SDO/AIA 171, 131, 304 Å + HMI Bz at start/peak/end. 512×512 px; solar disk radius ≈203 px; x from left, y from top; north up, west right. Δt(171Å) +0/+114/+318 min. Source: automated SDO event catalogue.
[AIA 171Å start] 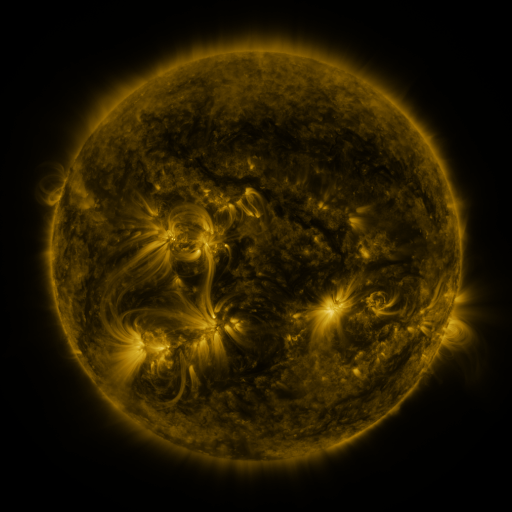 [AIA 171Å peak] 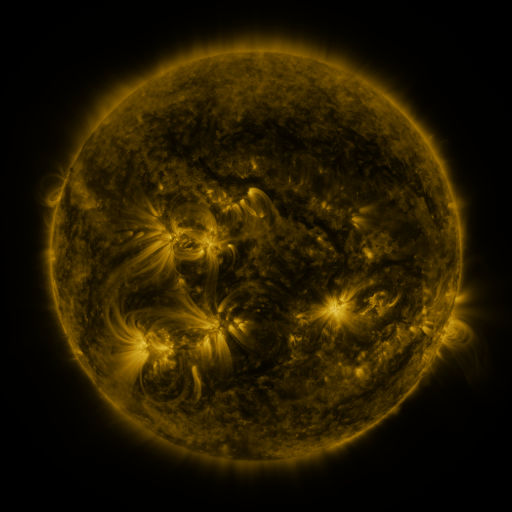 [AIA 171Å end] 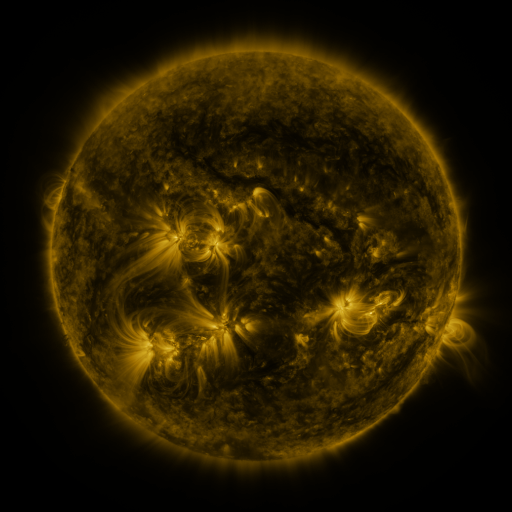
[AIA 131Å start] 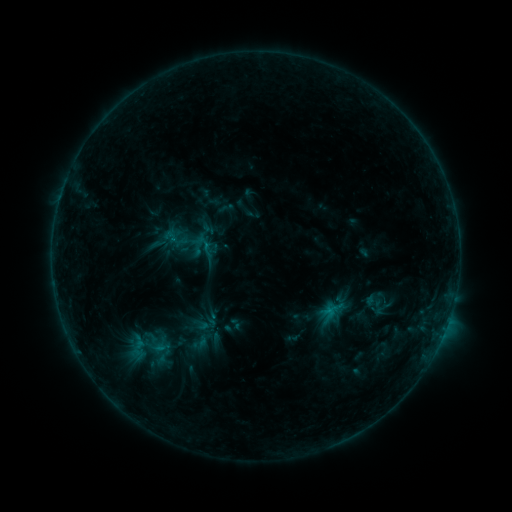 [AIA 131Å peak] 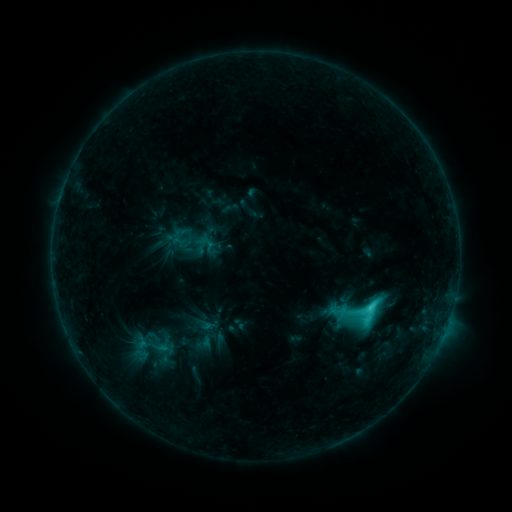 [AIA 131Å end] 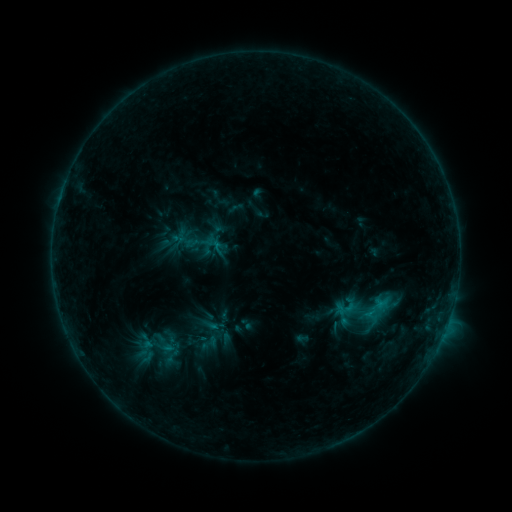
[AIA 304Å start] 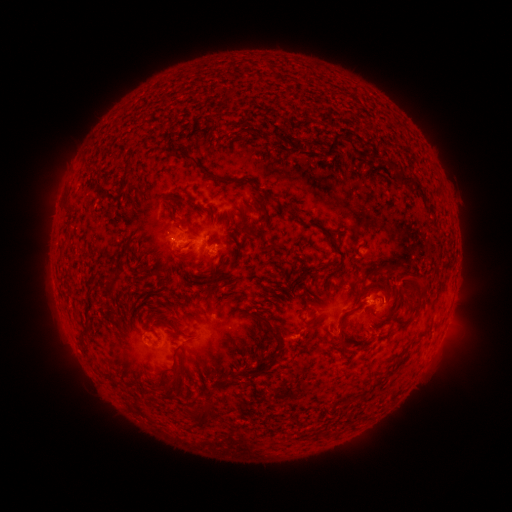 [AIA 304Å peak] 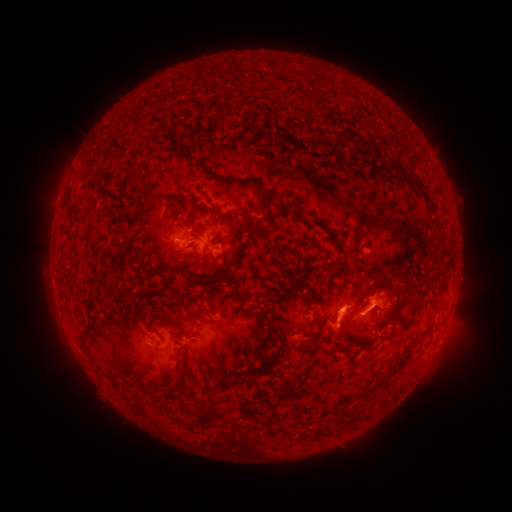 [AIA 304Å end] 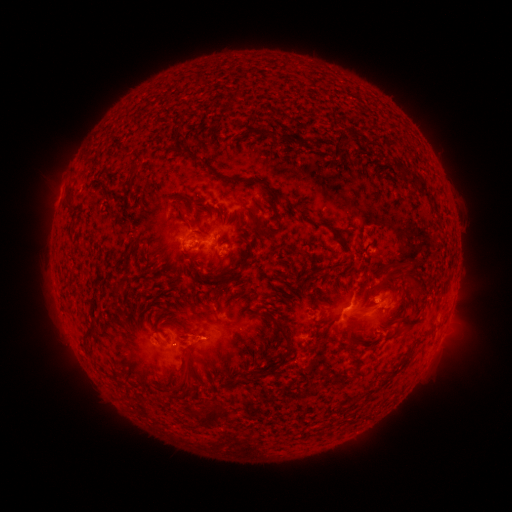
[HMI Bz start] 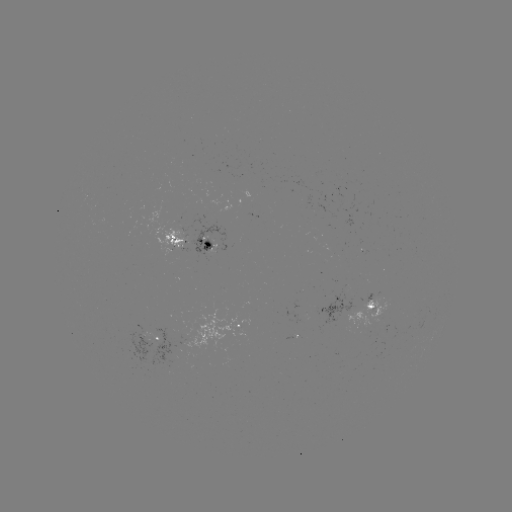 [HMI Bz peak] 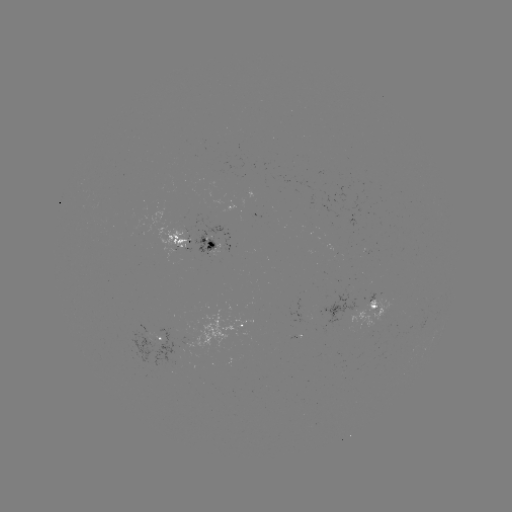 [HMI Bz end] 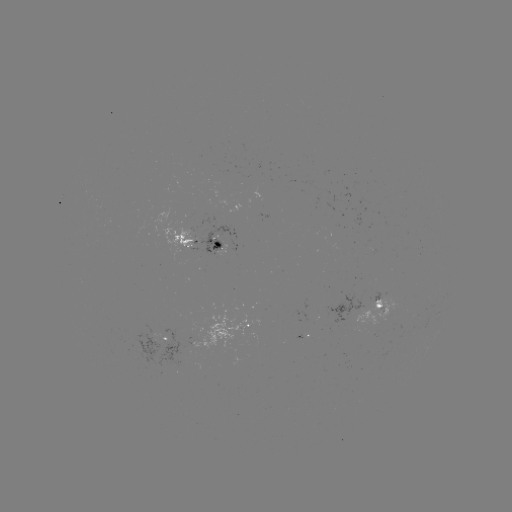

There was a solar flare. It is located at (368, 306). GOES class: C4.5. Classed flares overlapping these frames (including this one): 2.